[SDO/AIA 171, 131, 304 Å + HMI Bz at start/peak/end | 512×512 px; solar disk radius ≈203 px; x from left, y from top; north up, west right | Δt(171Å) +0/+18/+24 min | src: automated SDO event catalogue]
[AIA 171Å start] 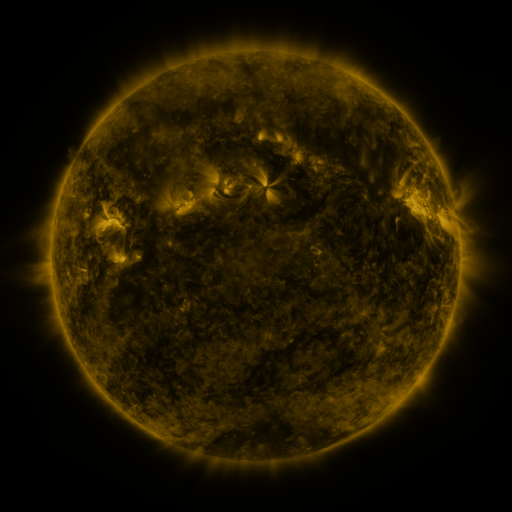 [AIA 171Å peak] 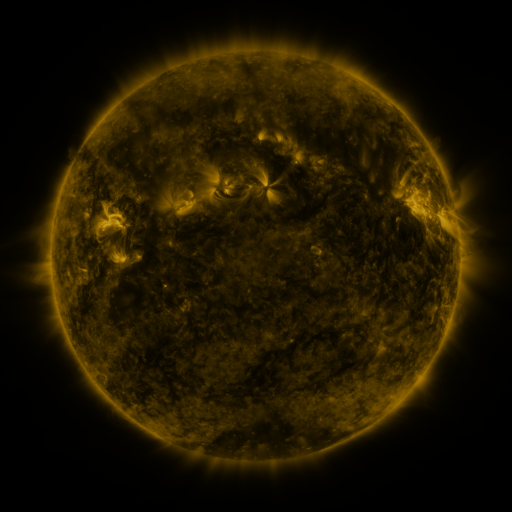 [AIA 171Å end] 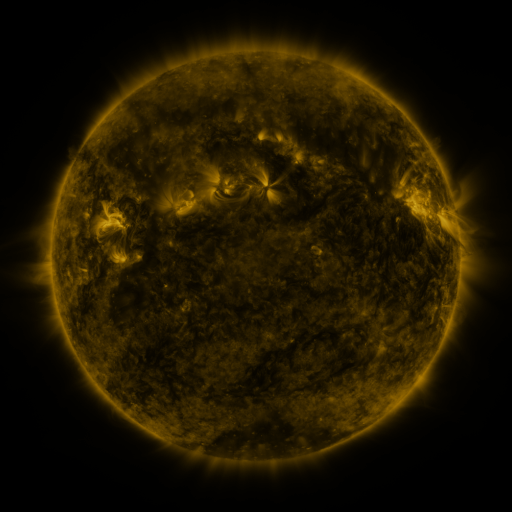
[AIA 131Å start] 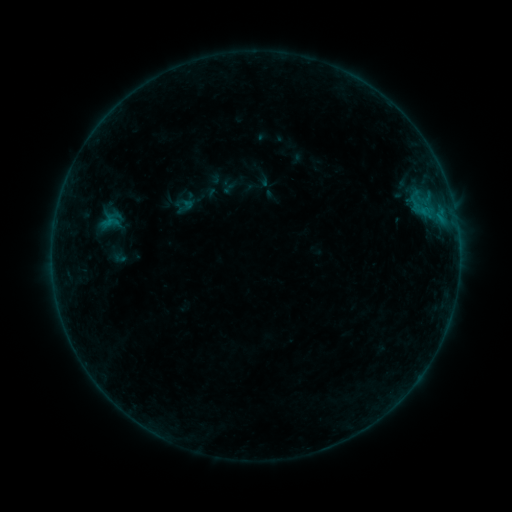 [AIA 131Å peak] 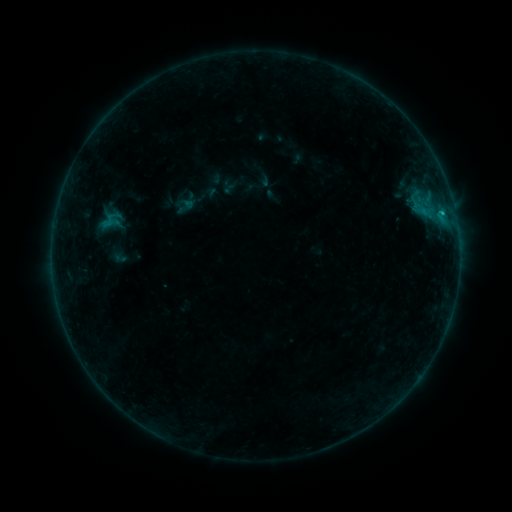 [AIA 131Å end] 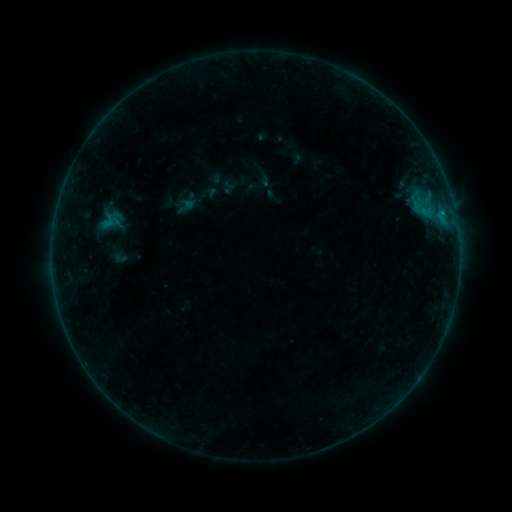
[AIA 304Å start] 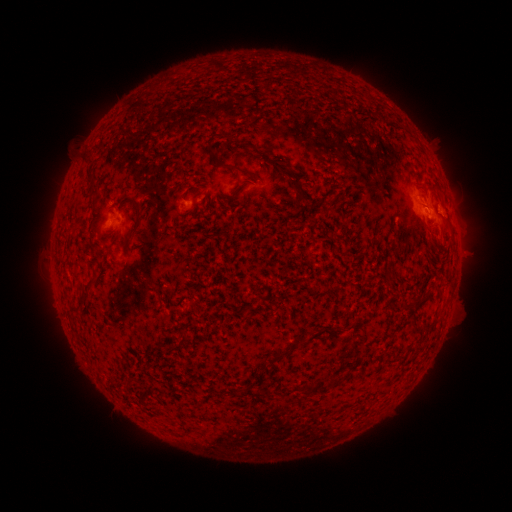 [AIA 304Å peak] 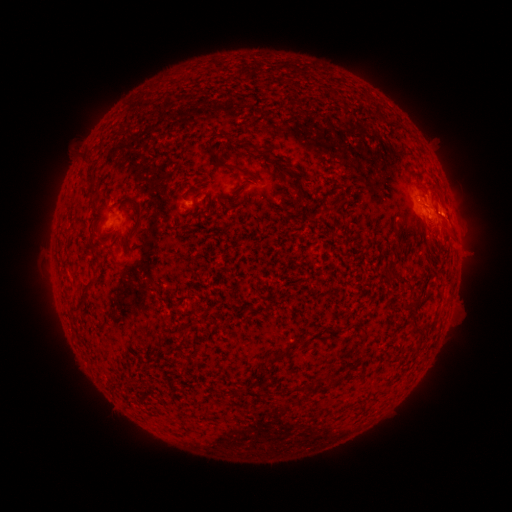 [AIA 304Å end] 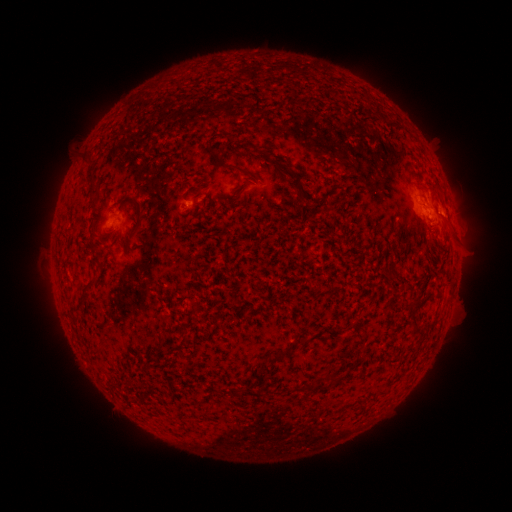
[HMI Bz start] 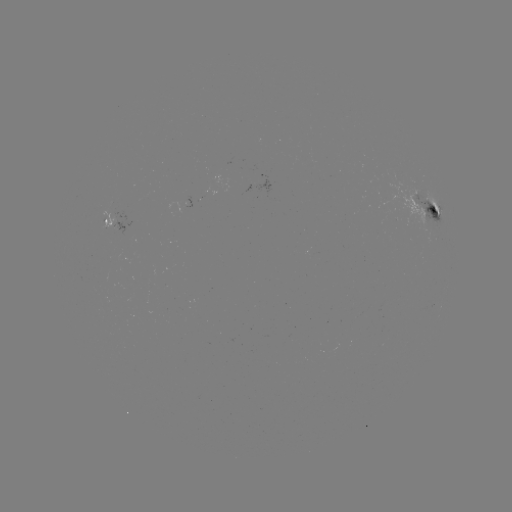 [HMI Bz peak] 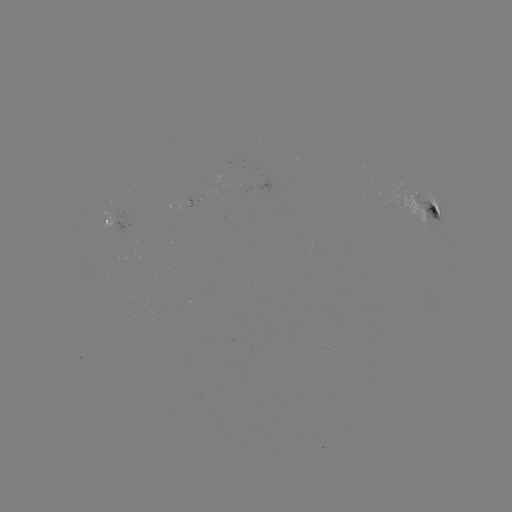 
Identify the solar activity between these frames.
B5.0 flare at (441, 213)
